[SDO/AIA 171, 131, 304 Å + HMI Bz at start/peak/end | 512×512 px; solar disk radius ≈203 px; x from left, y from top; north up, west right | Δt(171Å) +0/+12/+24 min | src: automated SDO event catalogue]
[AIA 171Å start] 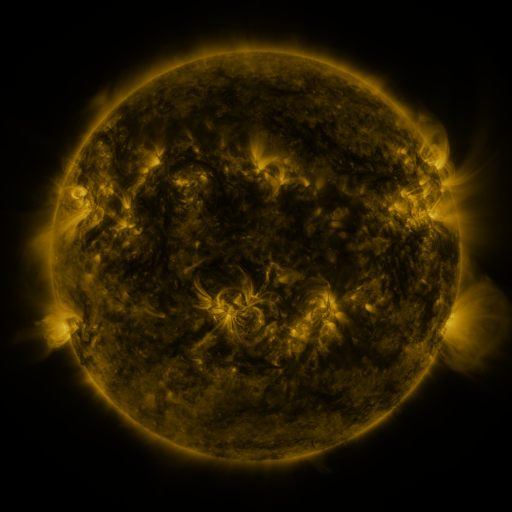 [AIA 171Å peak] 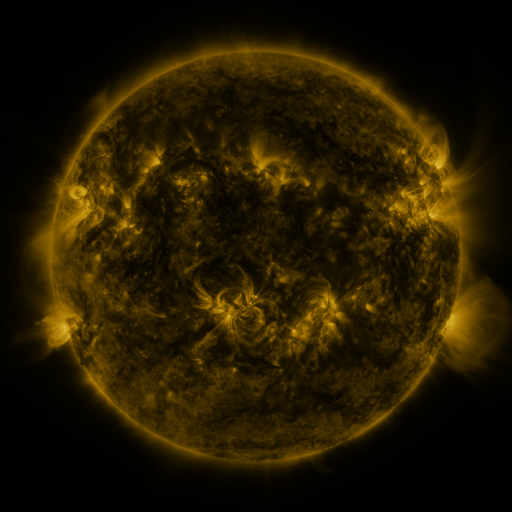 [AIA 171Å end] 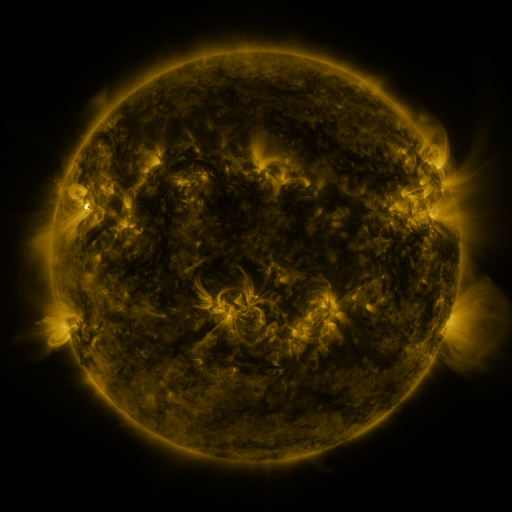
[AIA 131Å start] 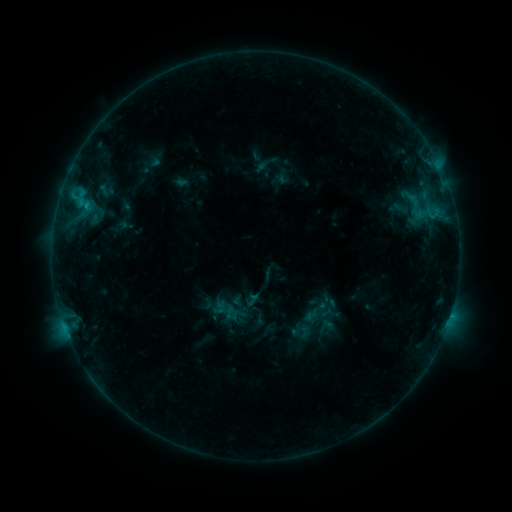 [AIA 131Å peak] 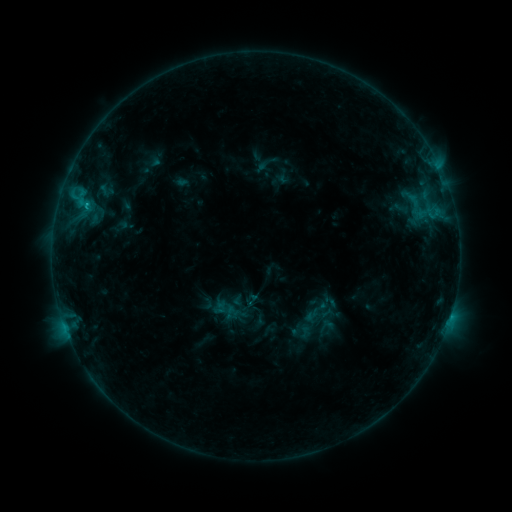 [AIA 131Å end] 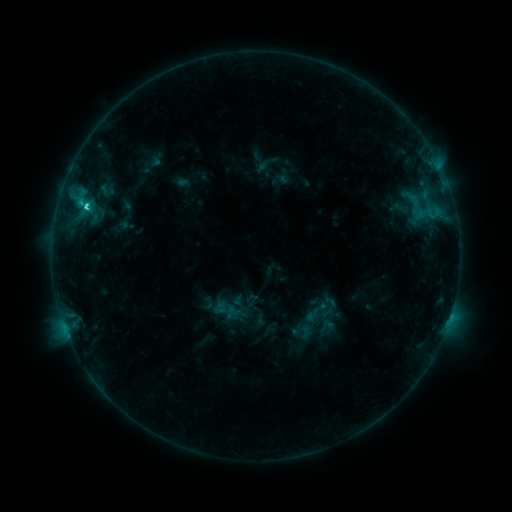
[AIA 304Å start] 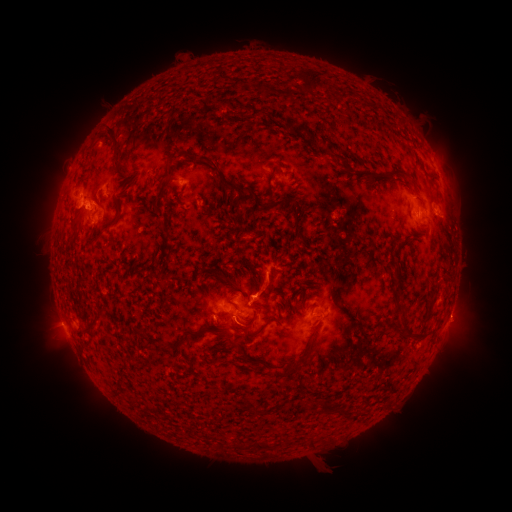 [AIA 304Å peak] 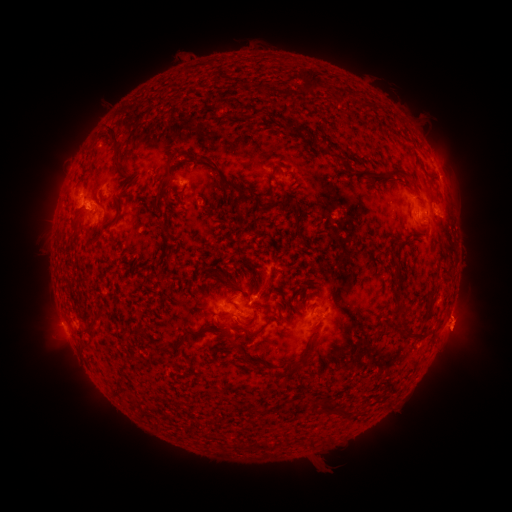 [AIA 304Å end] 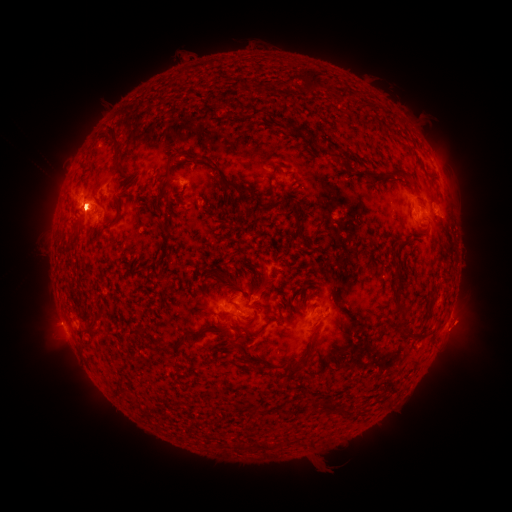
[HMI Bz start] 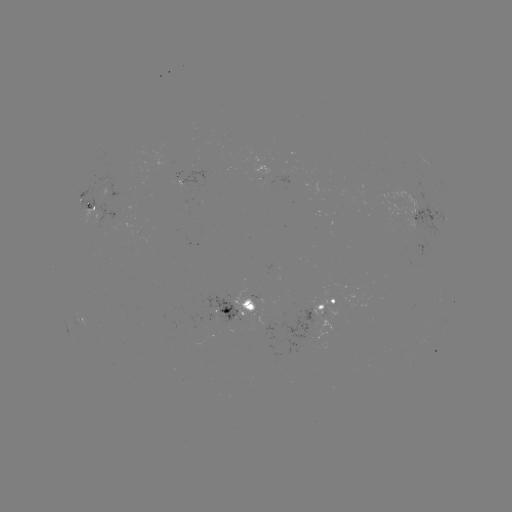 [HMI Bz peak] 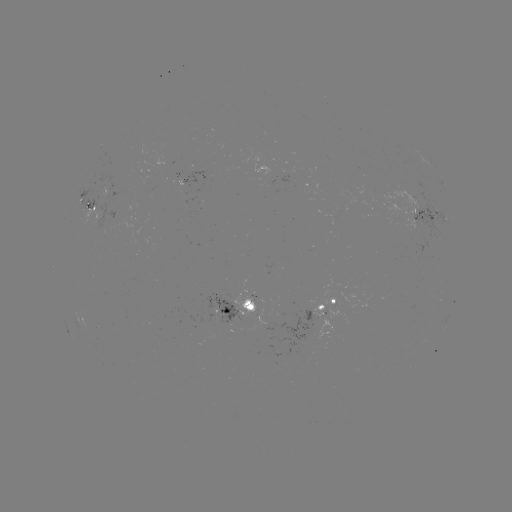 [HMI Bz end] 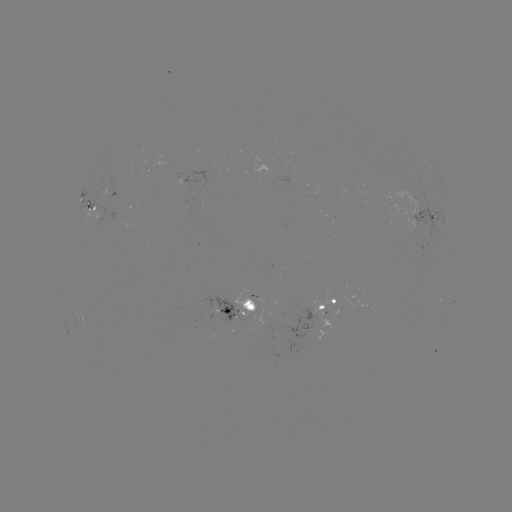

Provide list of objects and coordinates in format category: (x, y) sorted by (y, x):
eruption: (462, 330)
